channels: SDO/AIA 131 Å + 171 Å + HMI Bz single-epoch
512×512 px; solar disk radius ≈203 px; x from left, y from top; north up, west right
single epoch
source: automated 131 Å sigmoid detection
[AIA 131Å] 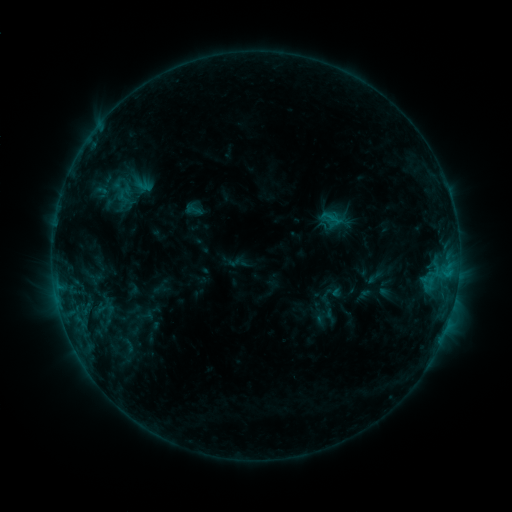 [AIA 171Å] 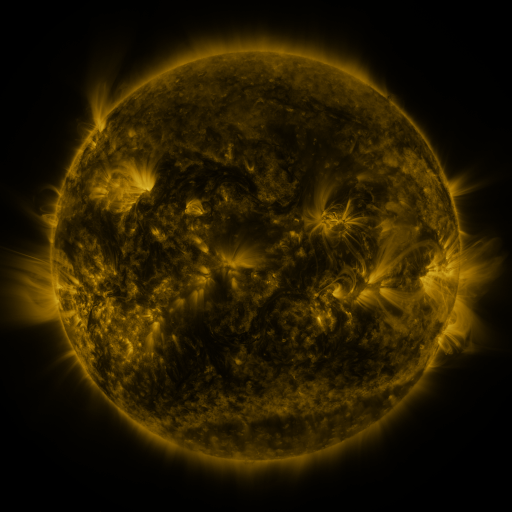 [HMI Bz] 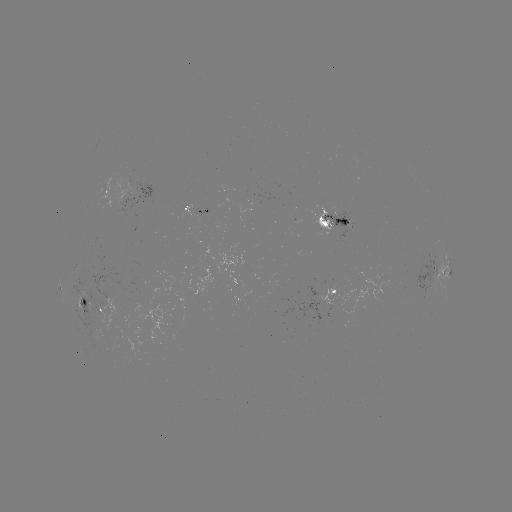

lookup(sigmoid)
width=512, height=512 193,210